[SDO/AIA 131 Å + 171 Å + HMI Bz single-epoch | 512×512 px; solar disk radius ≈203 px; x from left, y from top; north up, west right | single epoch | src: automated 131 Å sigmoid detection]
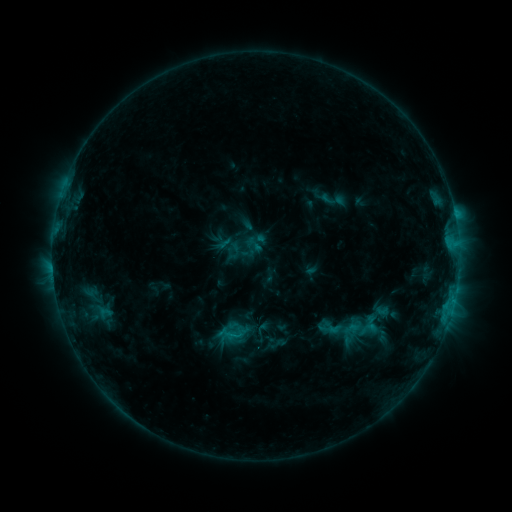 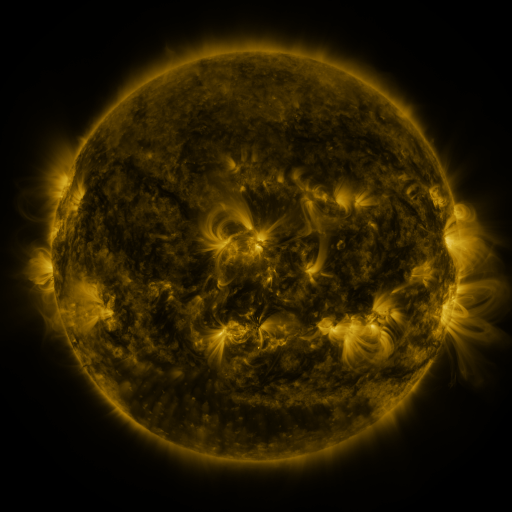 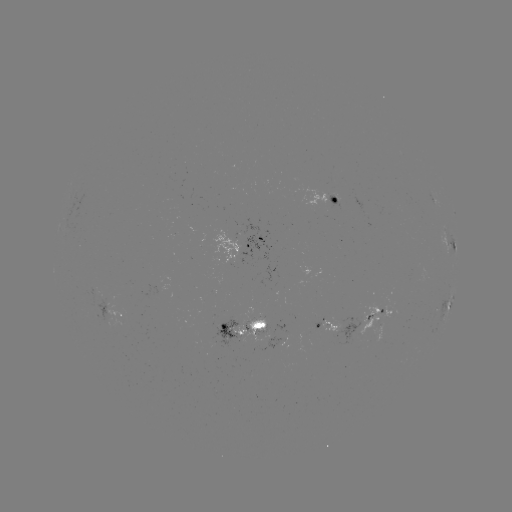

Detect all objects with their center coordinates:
sigmoid: (254, 245)
sigmoid: (333, 328)
